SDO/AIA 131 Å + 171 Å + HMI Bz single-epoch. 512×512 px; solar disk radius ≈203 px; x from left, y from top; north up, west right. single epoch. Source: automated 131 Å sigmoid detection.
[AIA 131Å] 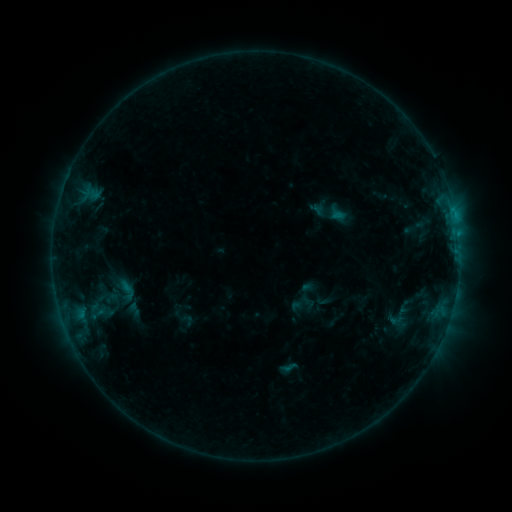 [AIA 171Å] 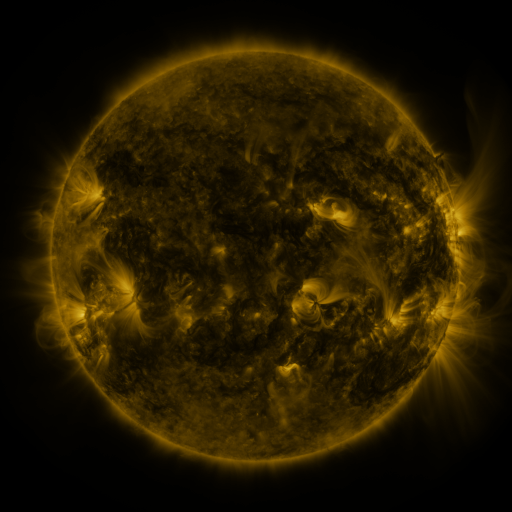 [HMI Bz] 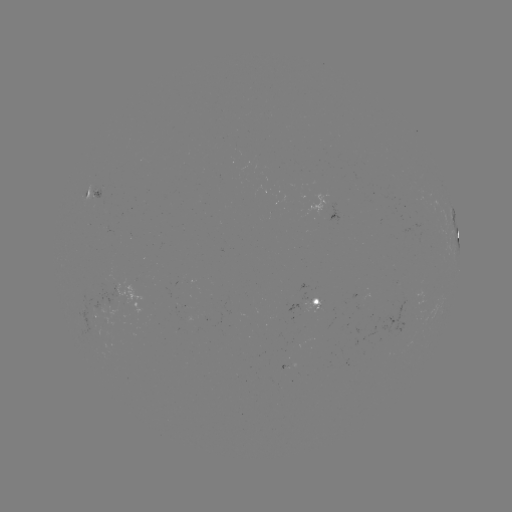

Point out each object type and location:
sigmoid: [102, 290, 121, 306]
sigmoid: [280, 358, 298, 377]
